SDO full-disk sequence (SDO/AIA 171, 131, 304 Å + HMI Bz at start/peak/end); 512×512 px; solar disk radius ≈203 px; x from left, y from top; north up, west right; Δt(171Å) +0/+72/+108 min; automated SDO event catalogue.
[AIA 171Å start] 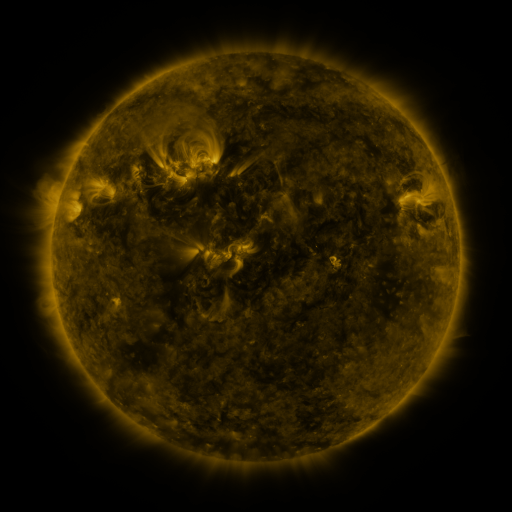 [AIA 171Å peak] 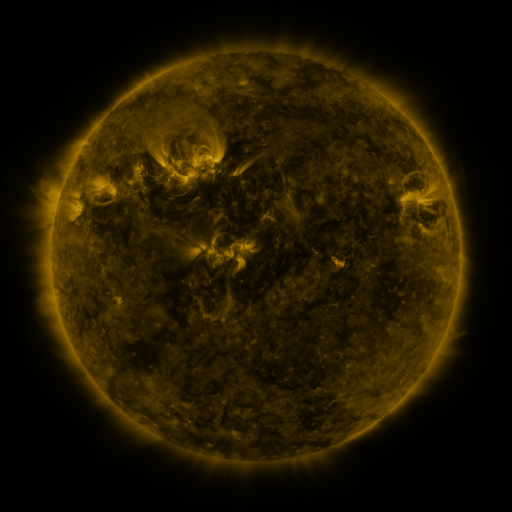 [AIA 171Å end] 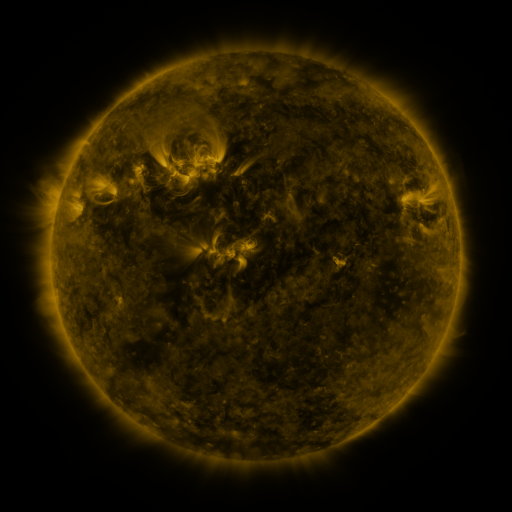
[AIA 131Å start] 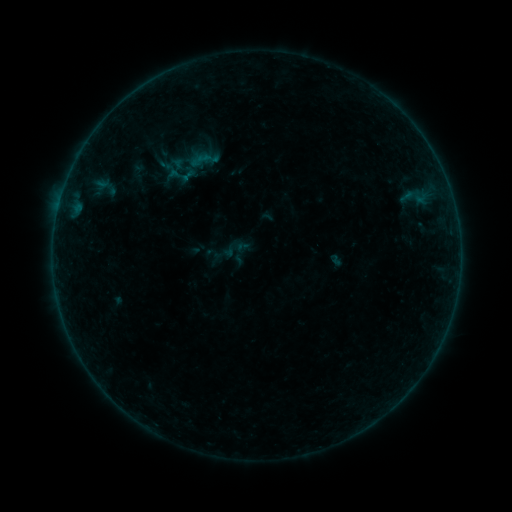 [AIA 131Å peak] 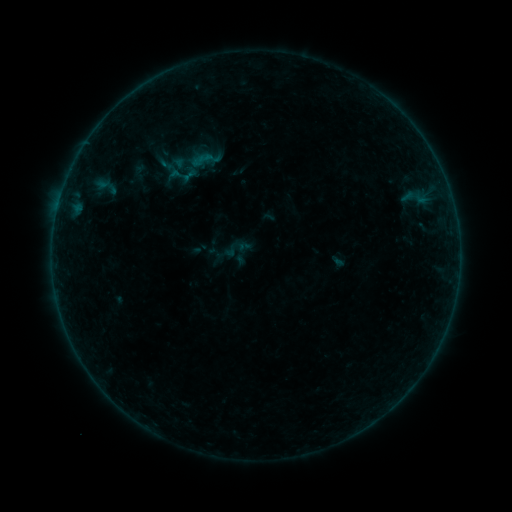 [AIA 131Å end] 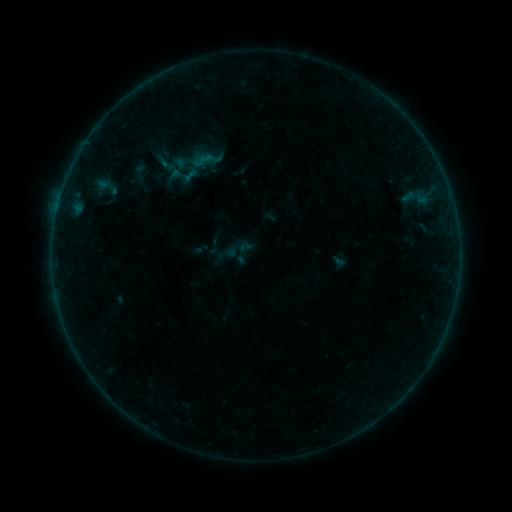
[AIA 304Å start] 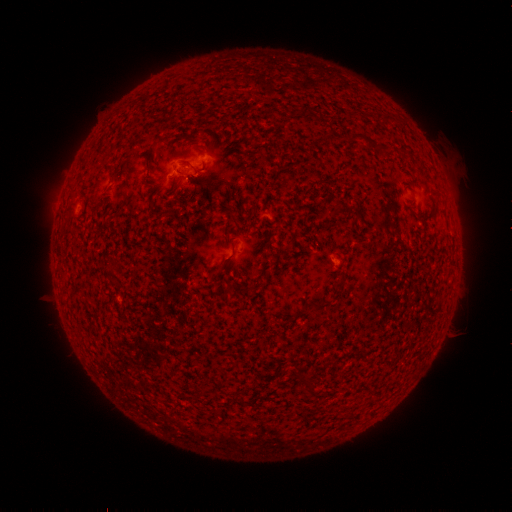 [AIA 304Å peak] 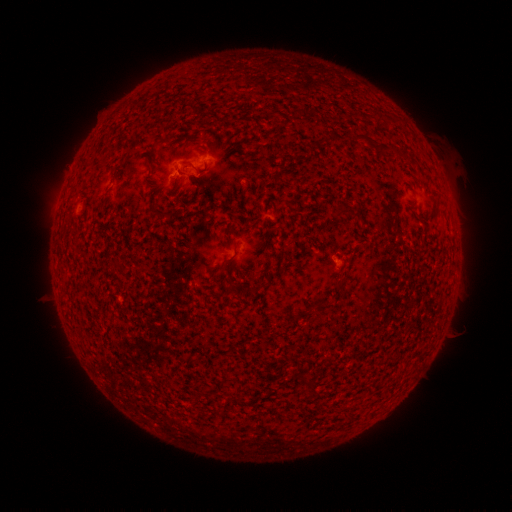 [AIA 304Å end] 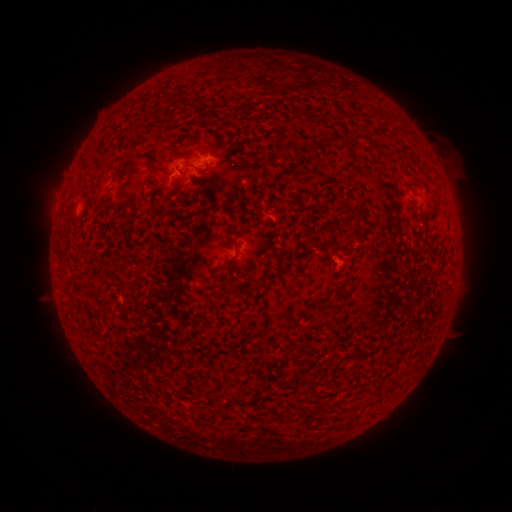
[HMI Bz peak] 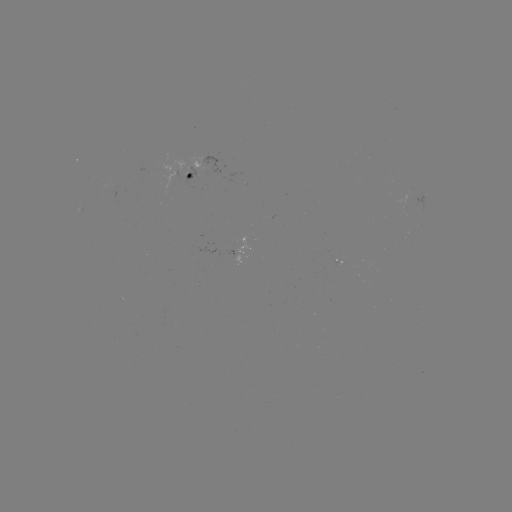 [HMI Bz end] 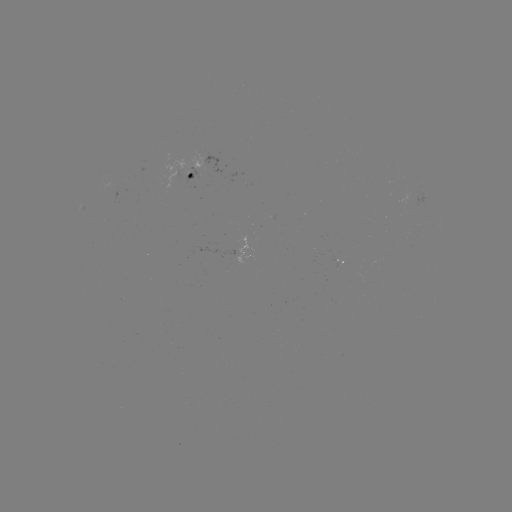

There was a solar emerging-flux region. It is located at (201, 168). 